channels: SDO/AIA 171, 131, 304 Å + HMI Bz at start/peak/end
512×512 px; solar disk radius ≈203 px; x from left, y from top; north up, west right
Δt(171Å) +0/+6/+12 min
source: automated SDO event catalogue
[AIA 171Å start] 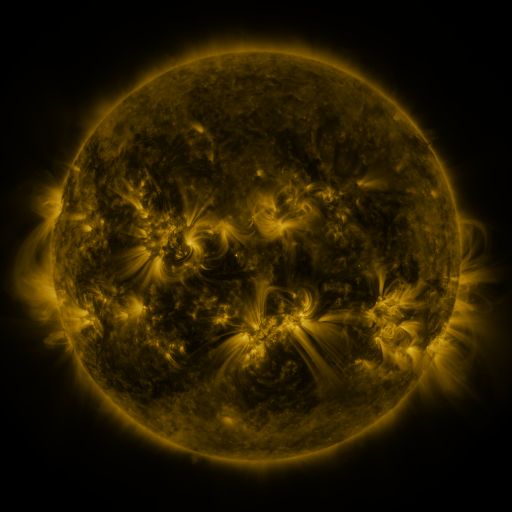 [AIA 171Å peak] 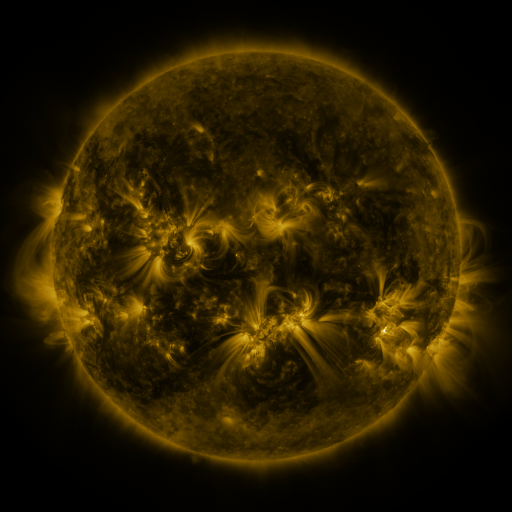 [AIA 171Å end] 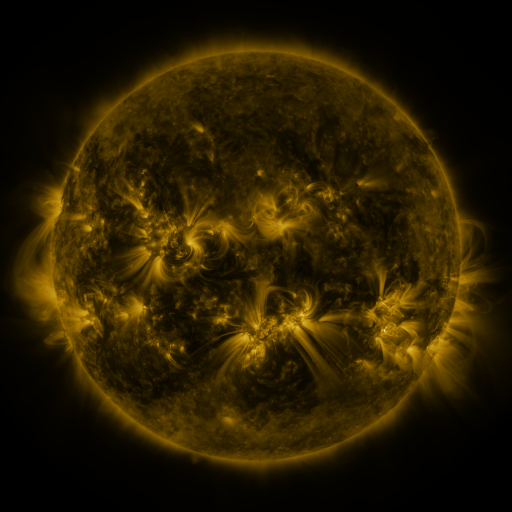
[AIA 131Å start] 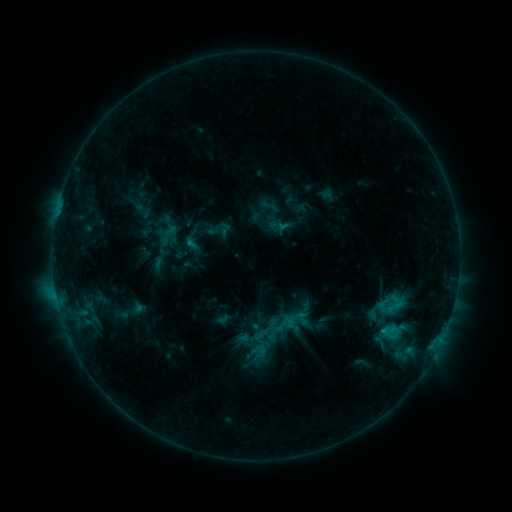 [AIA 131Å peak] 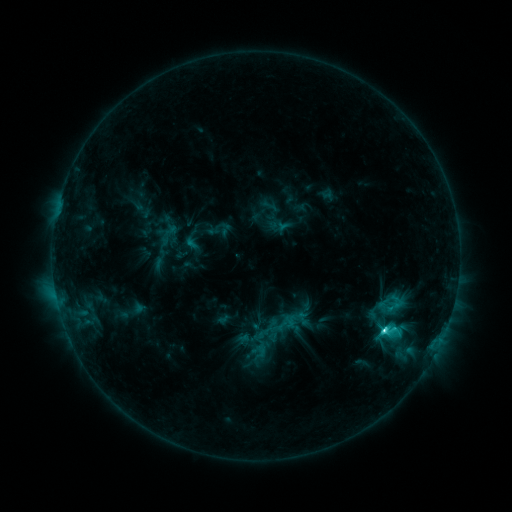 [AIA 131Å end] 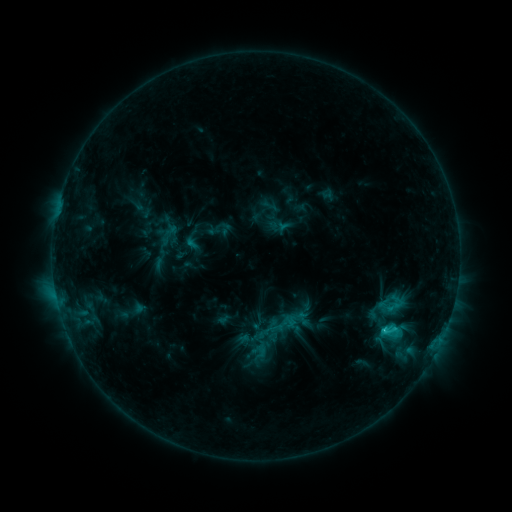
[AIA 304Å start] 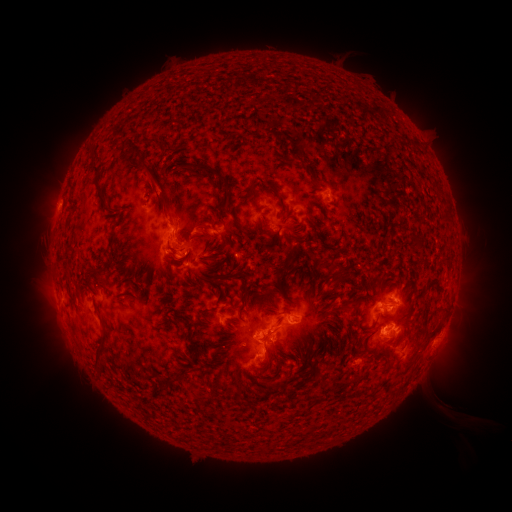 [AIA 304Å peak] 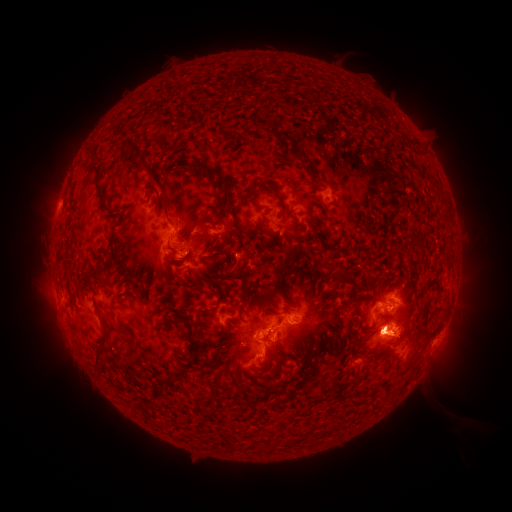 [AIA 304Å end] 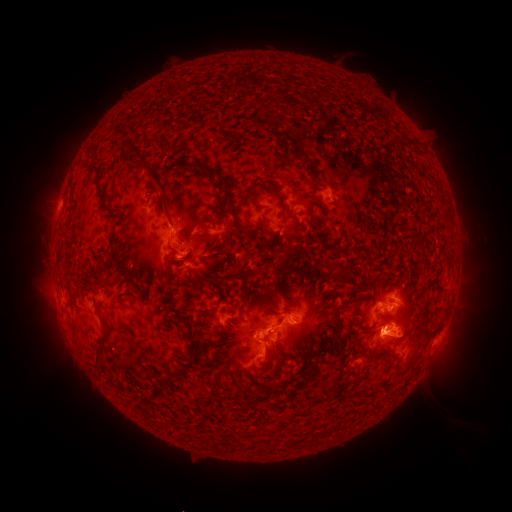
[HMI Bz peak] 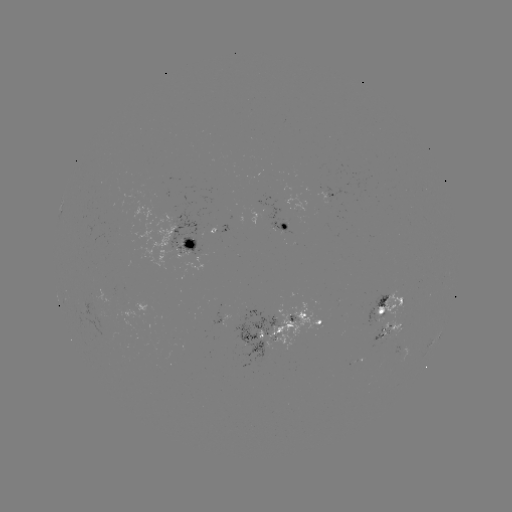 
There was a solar flare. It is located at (382, 328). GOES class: M1.0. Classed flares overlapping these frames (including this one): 1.